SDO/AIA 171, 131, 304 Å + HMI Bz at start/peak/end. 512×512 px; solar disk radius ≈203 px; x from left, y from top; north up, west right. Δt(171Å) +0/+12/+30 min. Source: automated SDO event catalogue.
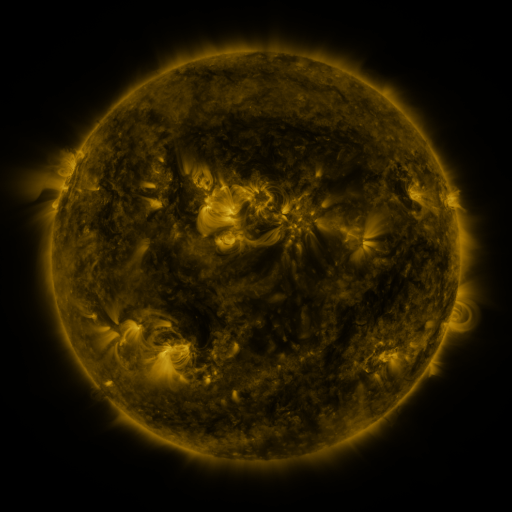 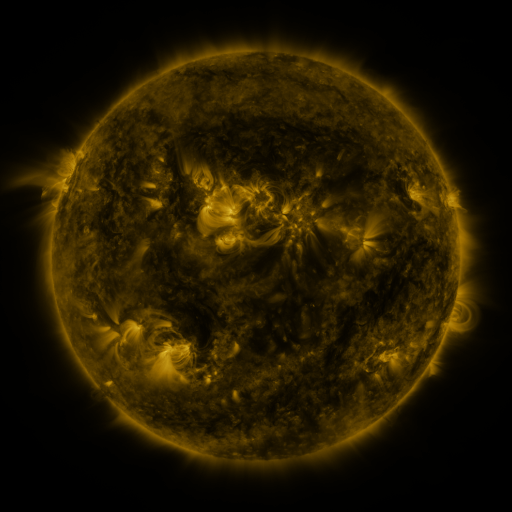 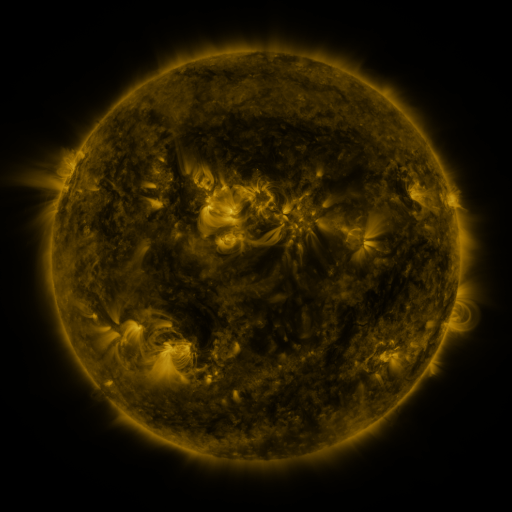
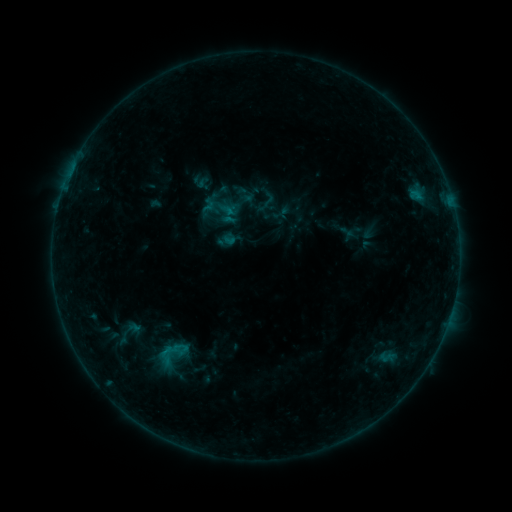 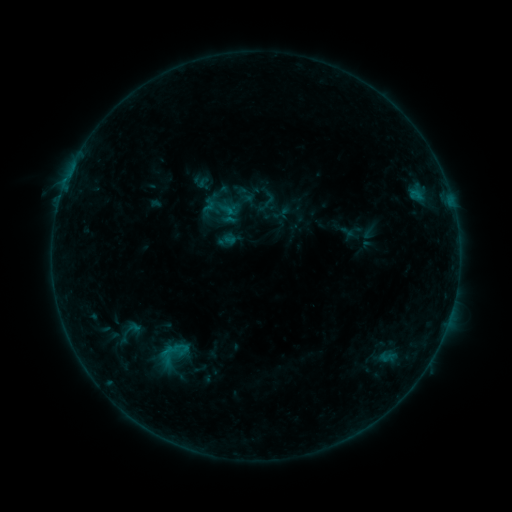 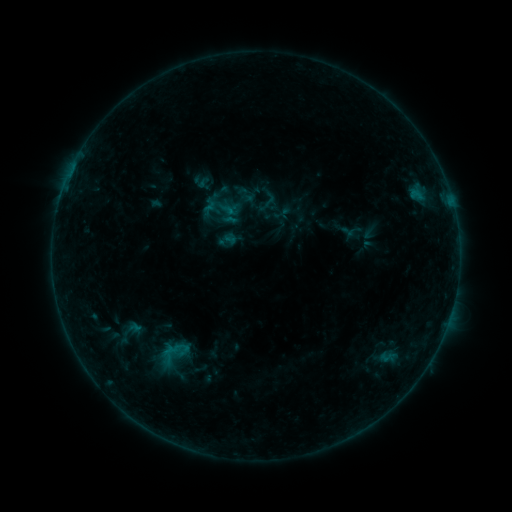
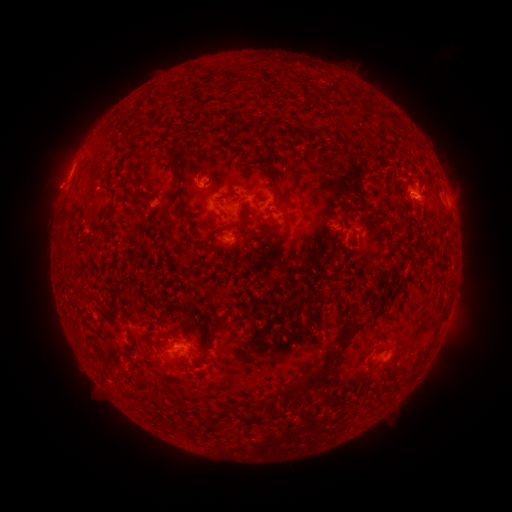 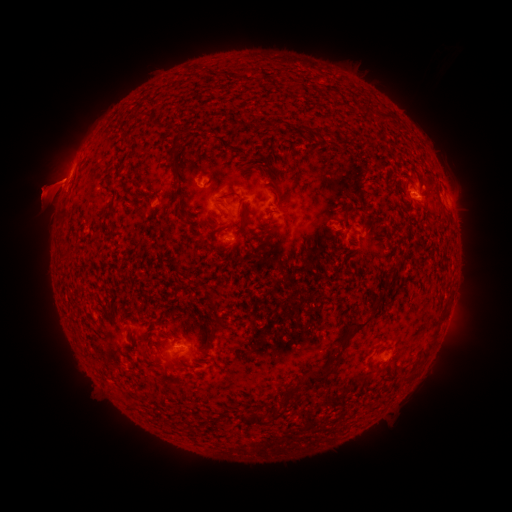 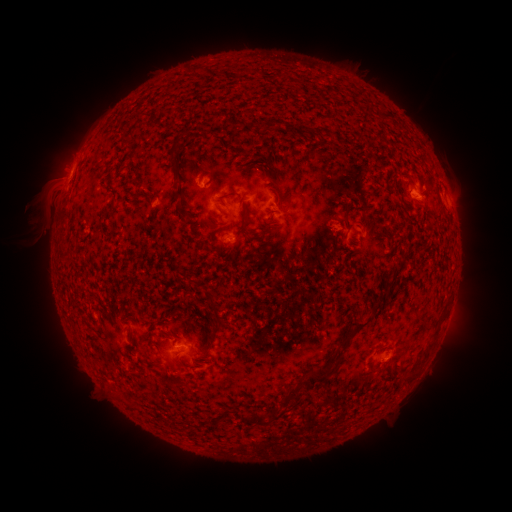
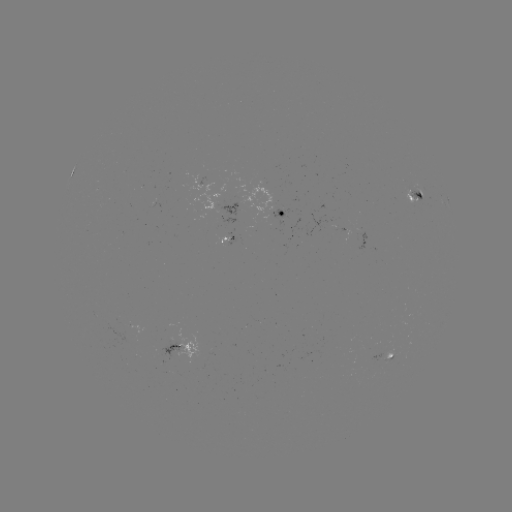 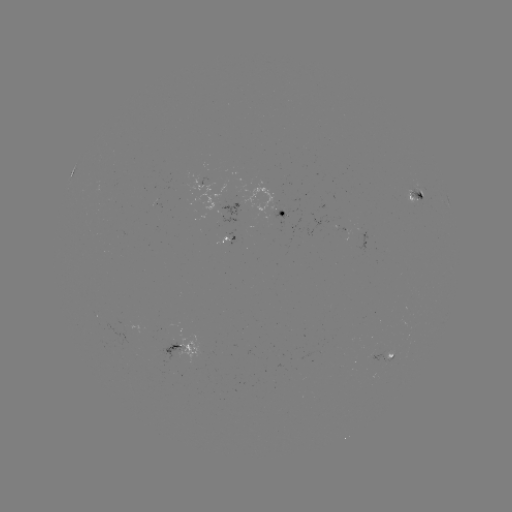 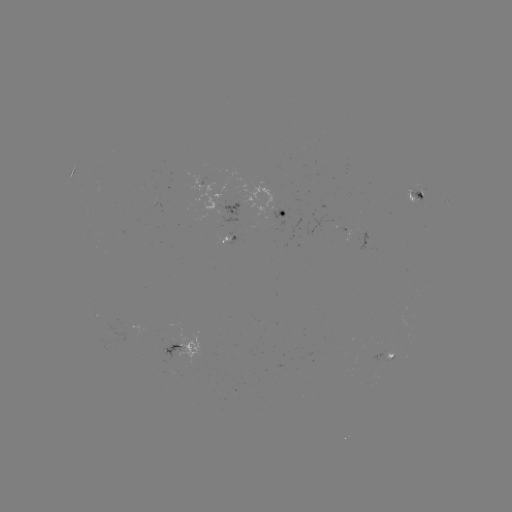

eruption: [8, 123, 108, 252]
